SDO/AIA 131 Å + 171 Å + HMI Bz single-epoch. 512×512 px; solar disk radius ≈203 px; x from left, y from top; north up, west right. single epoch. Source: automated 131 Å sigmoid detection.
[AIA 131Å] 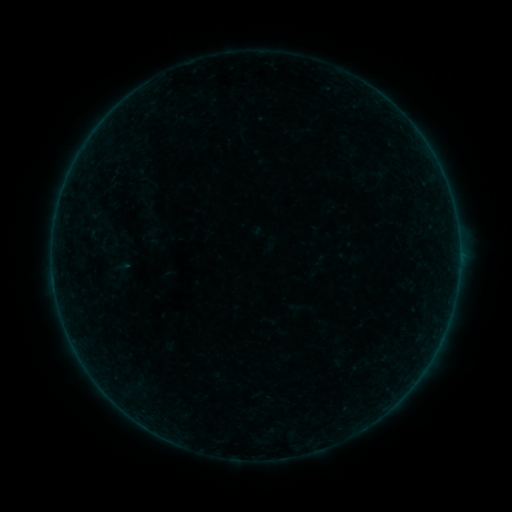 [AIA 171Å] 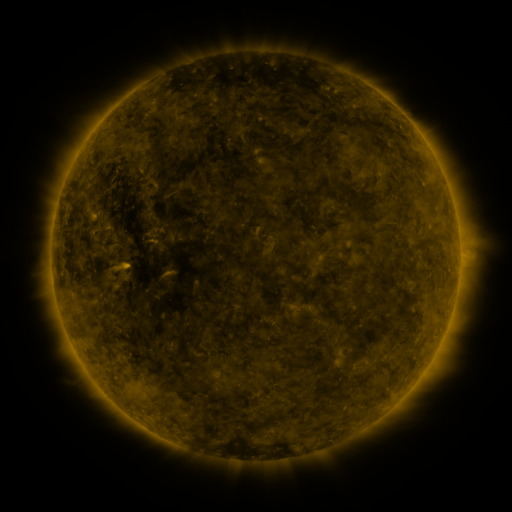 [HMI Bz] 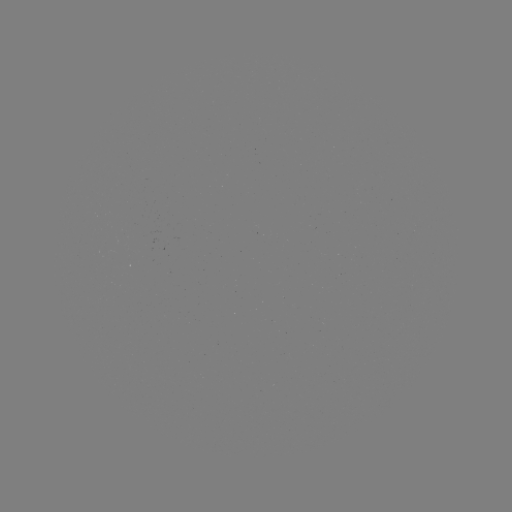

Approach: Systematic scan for sigmoid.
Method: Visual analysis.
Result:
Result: sigmoid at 98,231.